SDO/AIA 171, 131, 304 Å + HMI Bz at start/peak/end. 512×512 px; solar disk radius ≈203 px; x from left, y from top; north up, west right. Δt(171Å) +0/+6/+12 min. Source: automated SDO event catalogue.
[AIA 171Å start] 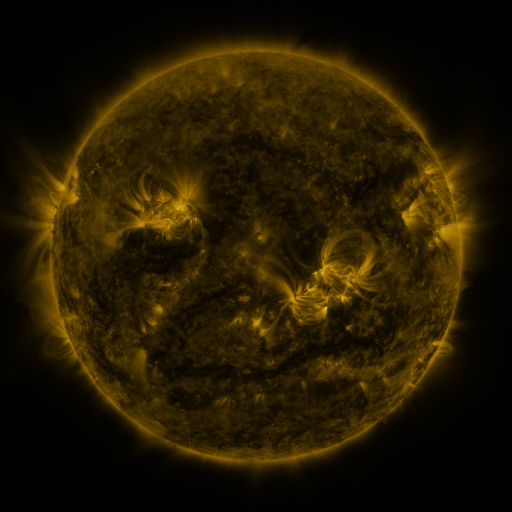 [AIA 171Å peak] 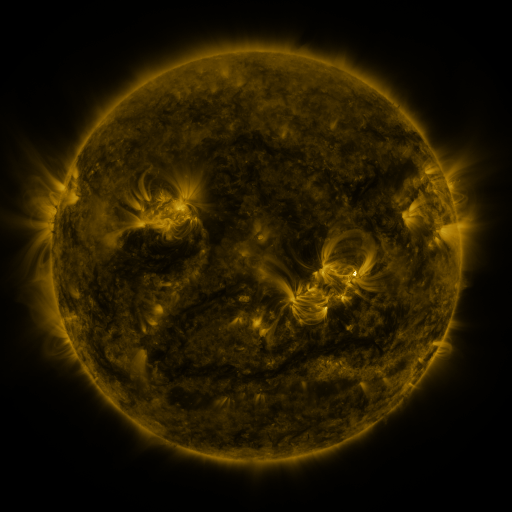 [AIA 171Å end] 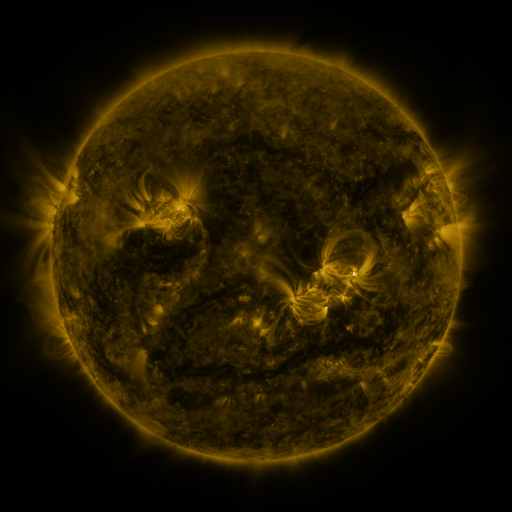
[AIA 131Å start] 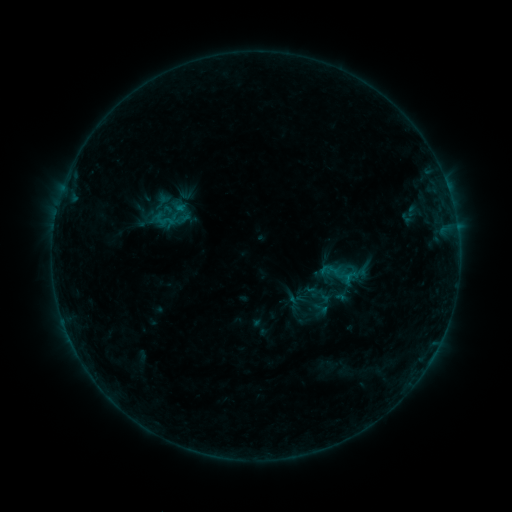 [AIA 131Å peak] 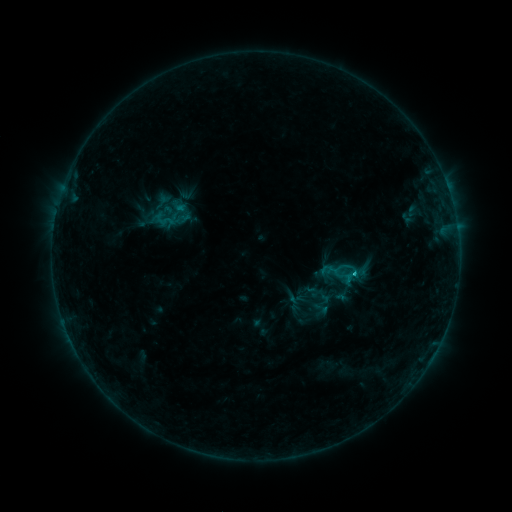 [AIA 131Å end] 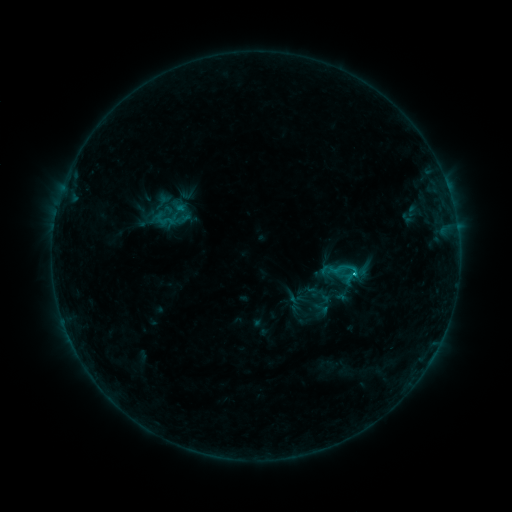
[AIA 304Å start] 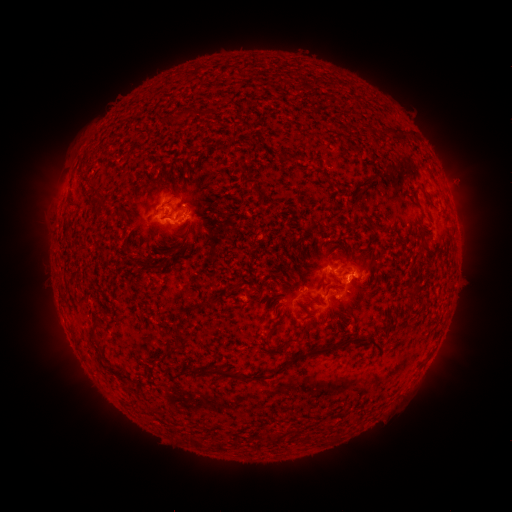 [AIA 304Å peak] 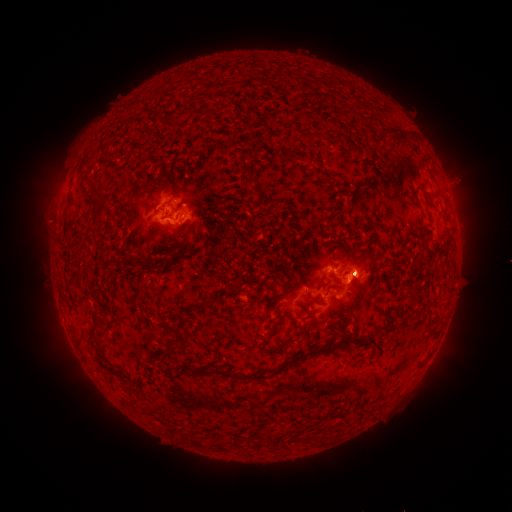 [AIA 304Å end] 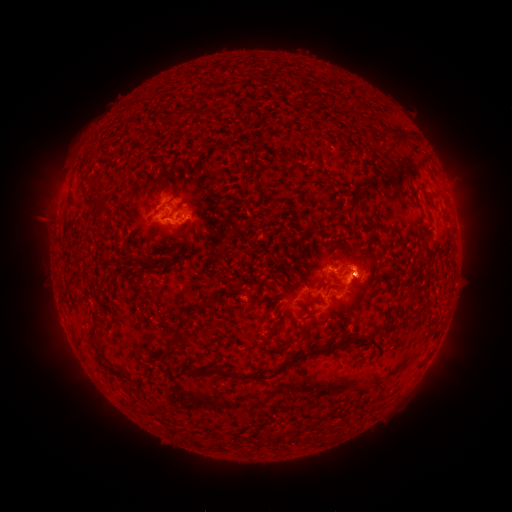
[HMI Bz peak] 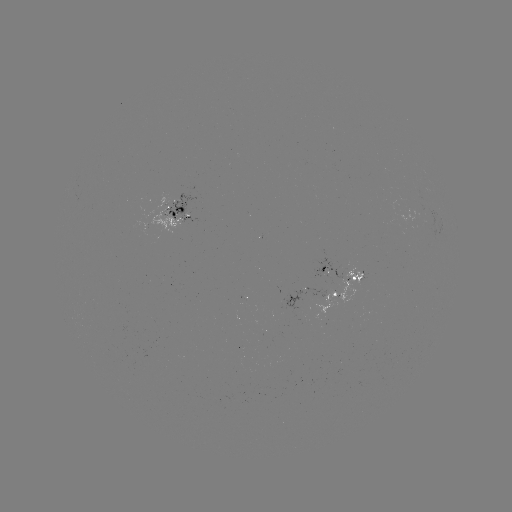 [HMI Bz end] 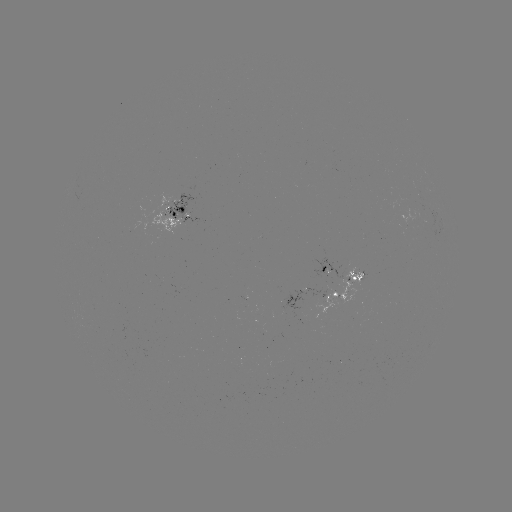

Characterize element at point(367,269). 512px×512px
eruption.